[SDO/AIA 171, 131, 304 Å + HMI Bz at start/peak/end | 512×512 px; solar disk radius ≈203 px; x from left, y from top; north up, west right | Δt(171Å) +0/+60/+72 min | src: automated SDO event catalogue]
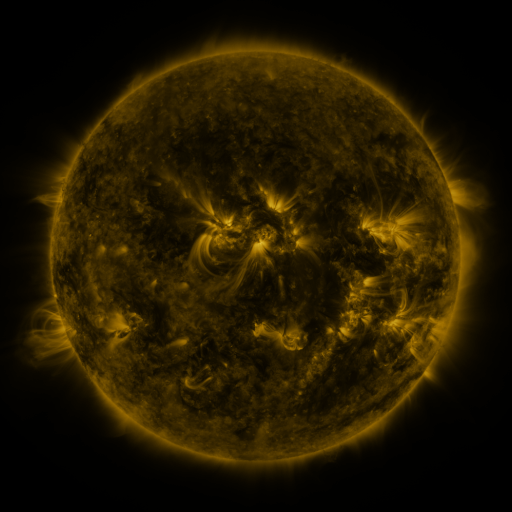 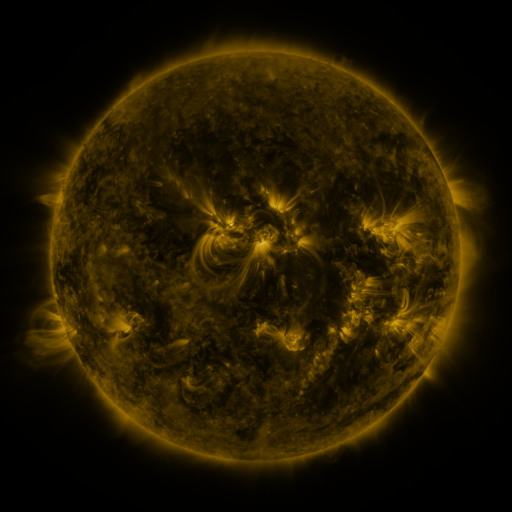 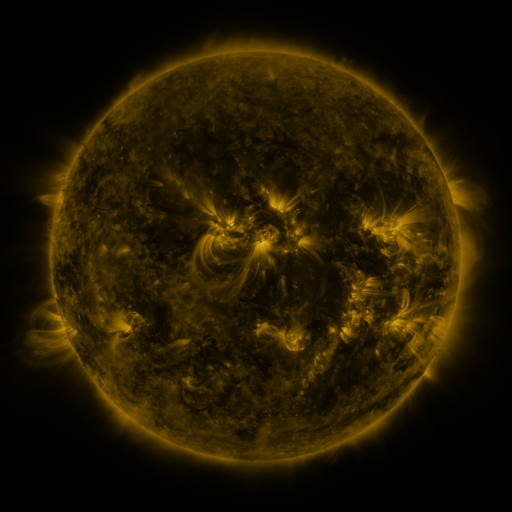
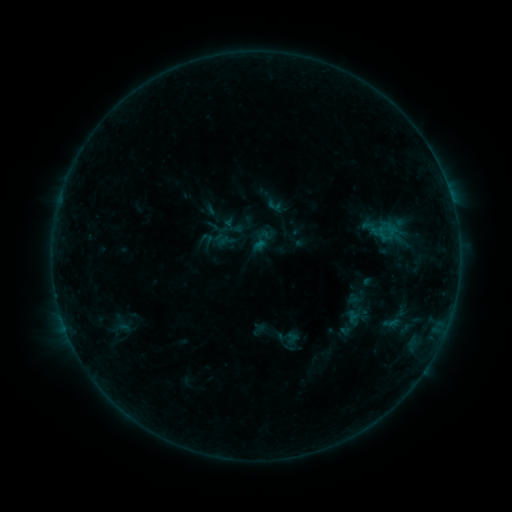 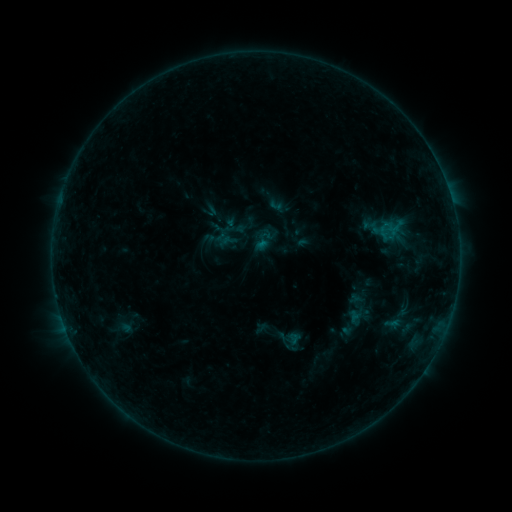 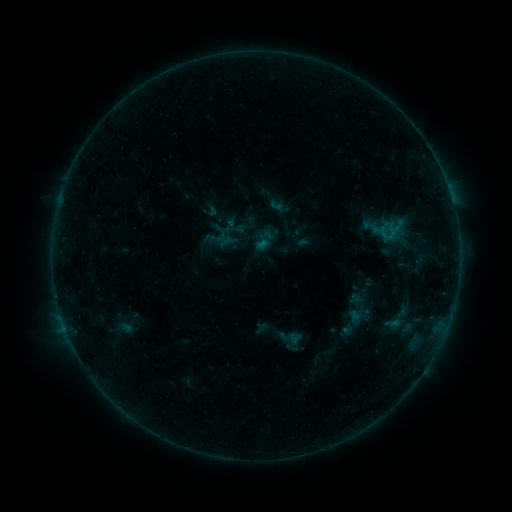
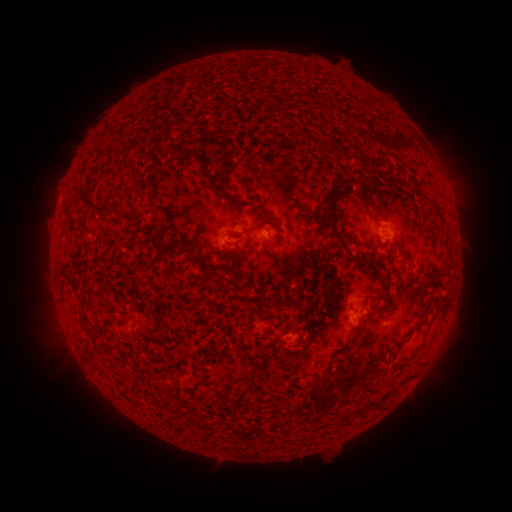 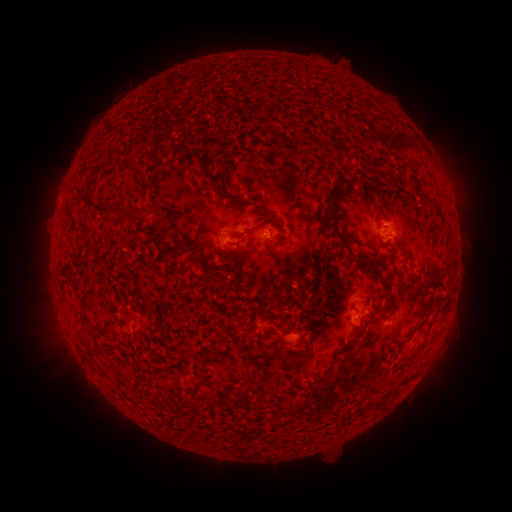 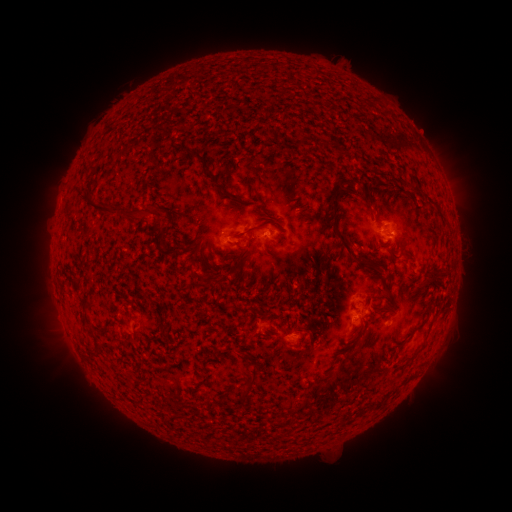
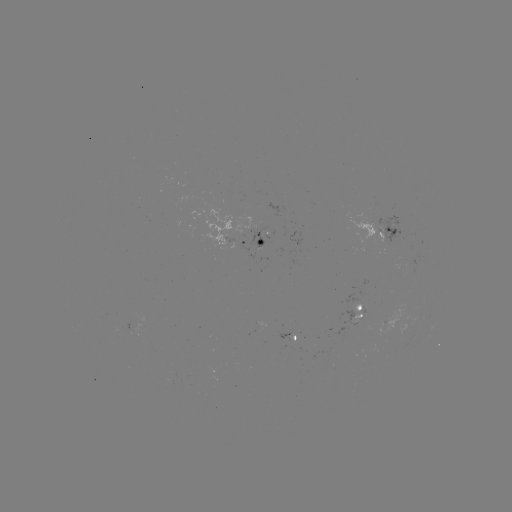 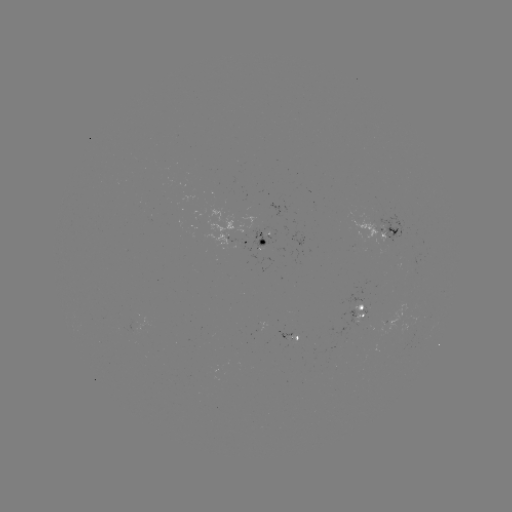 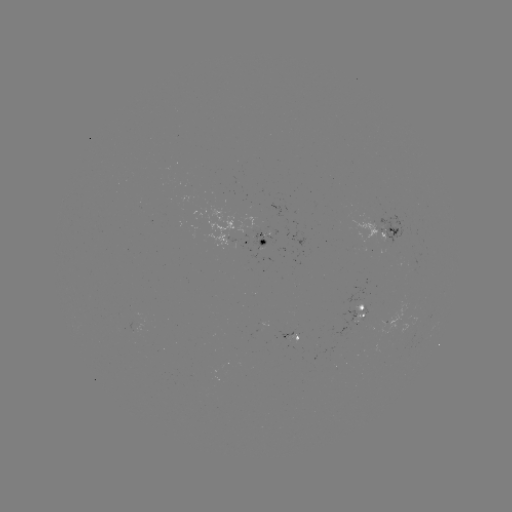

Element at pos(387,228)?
emerging-flux region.